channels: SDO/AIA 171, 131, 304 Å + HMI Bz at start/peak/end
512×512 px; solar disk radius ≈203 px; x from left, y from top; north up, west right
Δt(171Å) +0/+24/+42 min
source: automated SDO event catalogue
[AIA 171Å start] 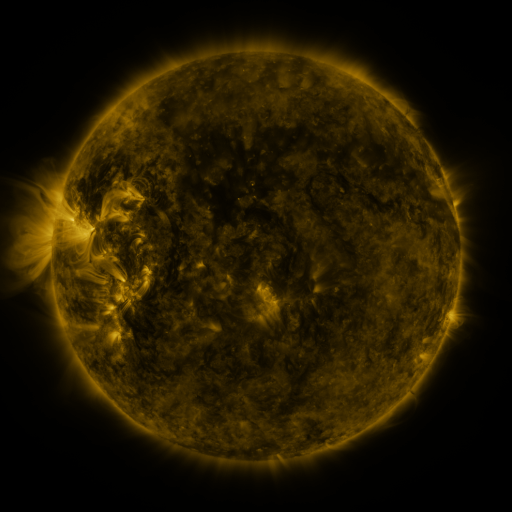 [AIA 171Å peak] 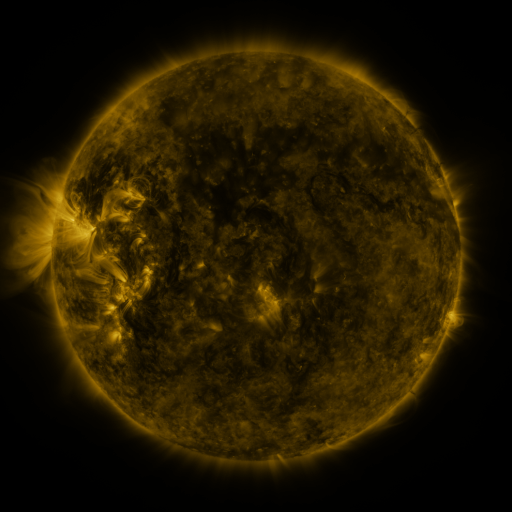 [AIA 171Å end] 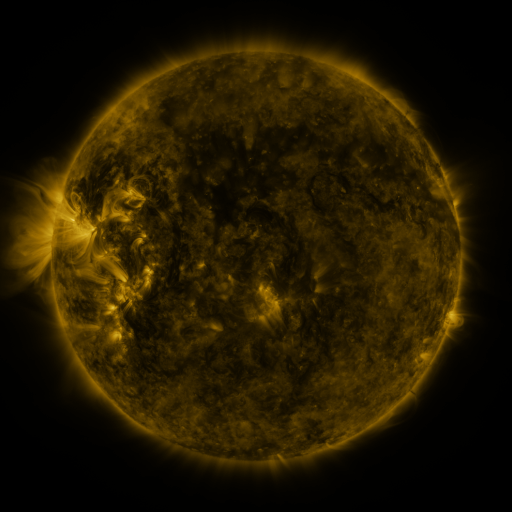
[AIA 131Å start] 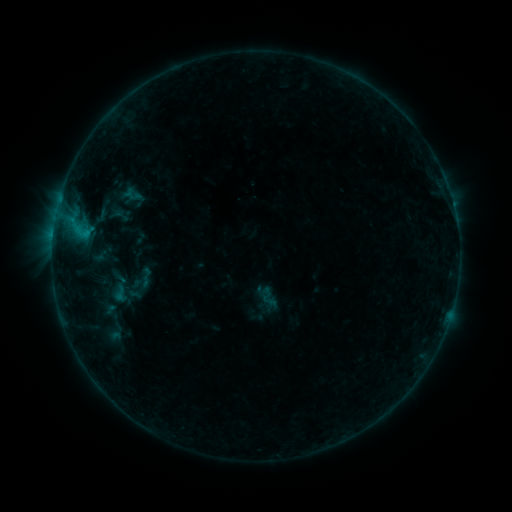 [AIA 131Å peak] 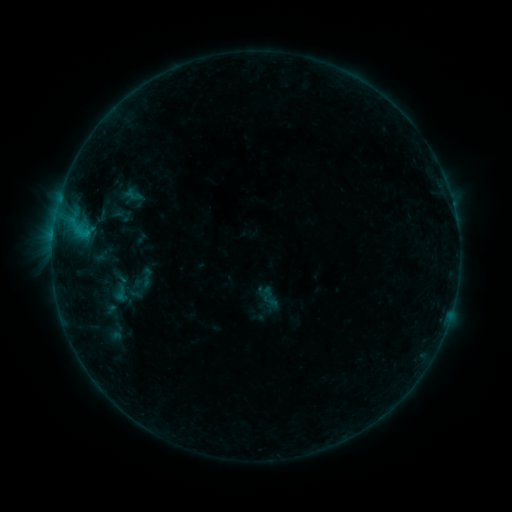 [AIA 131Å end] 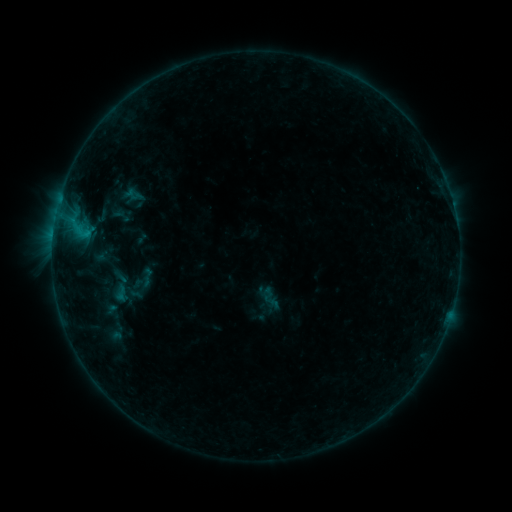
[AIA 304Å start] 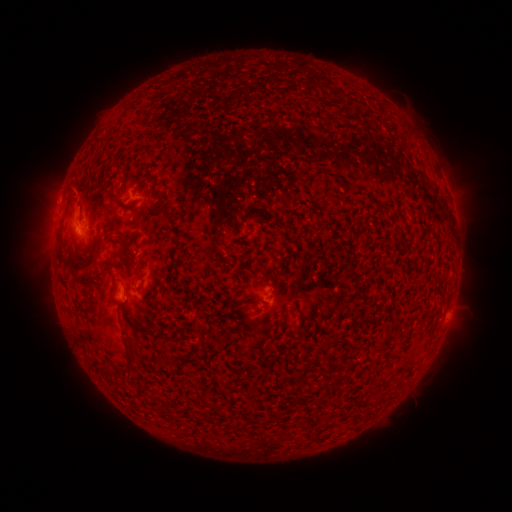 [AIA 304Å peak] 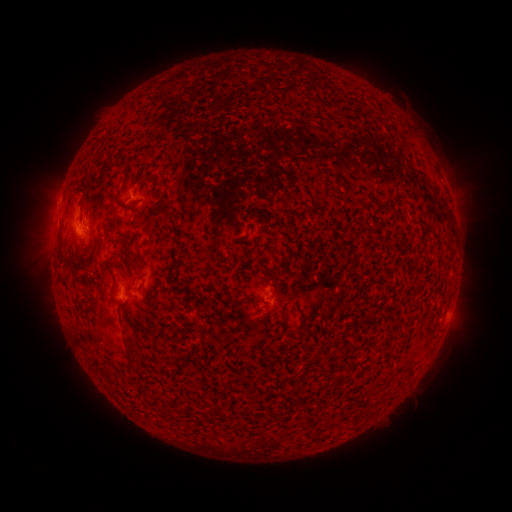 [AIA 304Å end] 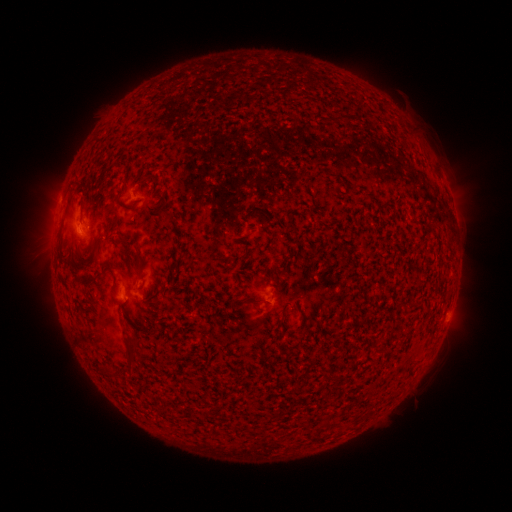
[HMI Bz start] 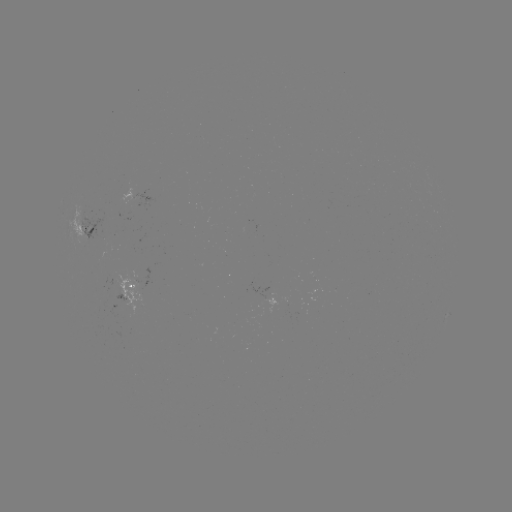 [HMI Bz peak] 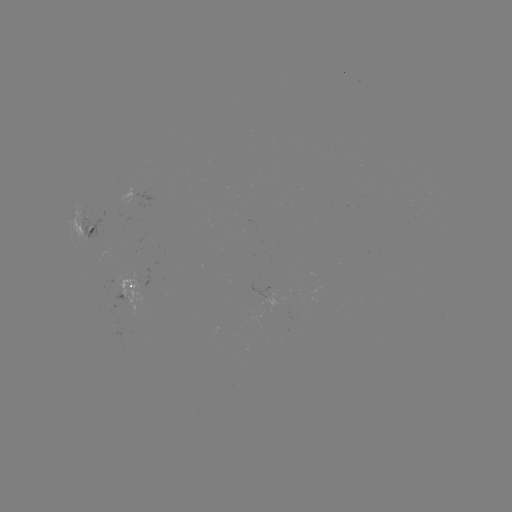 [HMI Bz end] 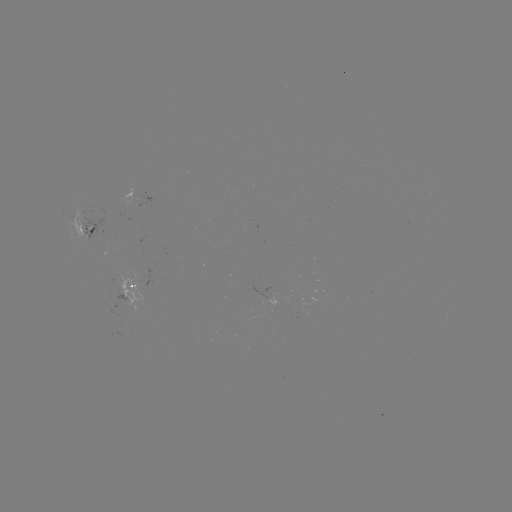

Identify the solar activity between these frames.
no flare in any classed list; no EUV-trigger detection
